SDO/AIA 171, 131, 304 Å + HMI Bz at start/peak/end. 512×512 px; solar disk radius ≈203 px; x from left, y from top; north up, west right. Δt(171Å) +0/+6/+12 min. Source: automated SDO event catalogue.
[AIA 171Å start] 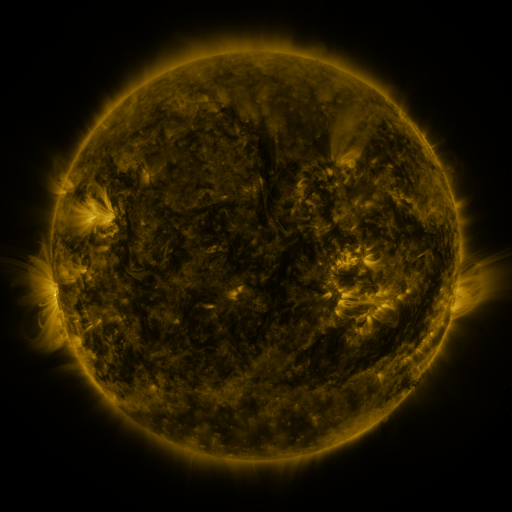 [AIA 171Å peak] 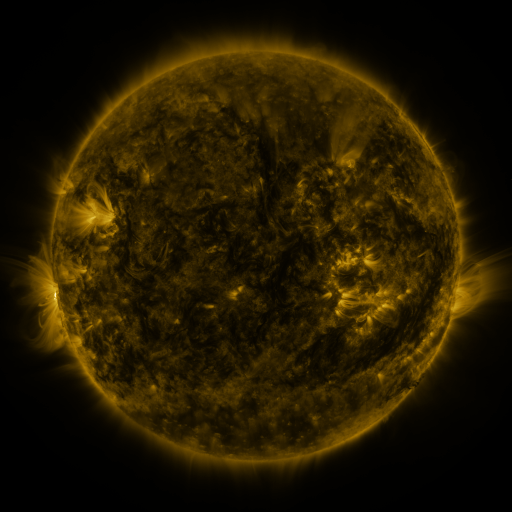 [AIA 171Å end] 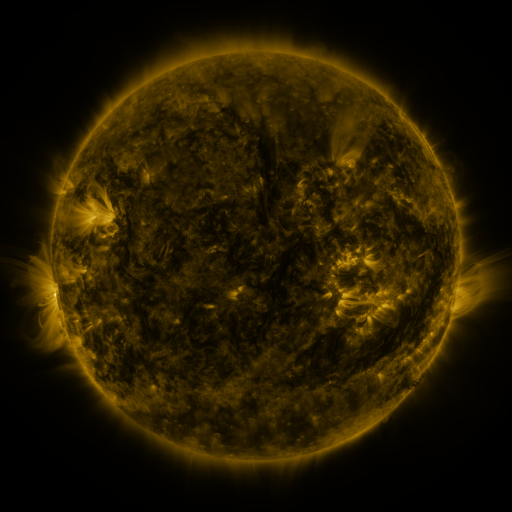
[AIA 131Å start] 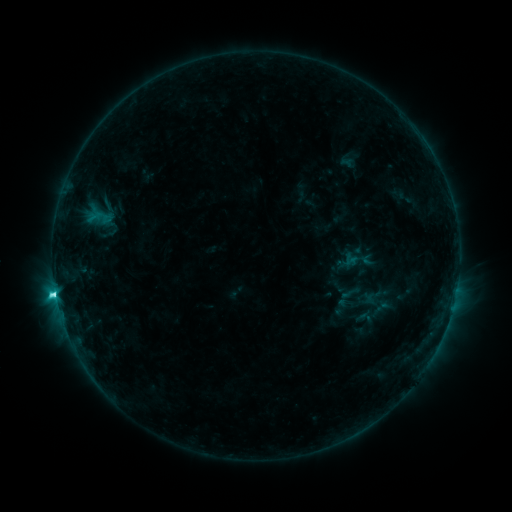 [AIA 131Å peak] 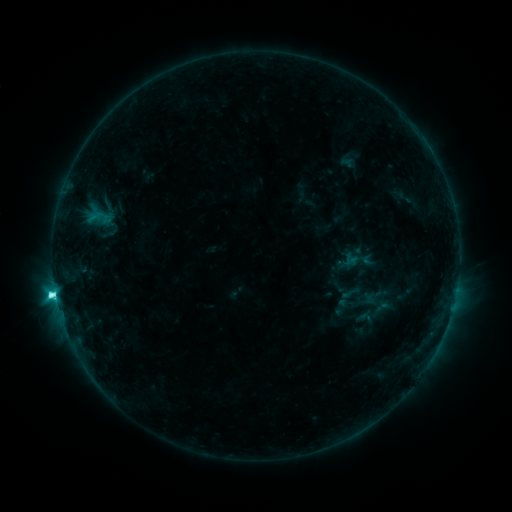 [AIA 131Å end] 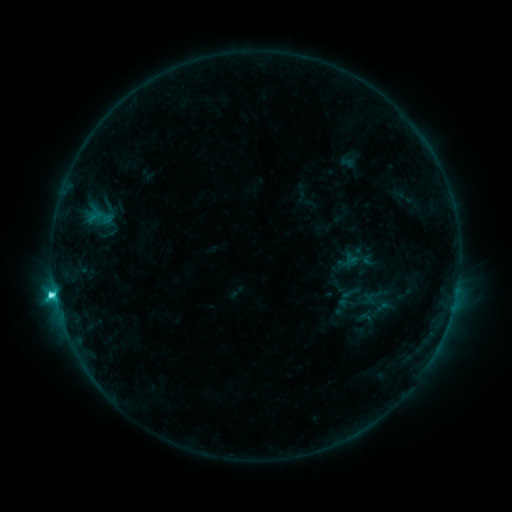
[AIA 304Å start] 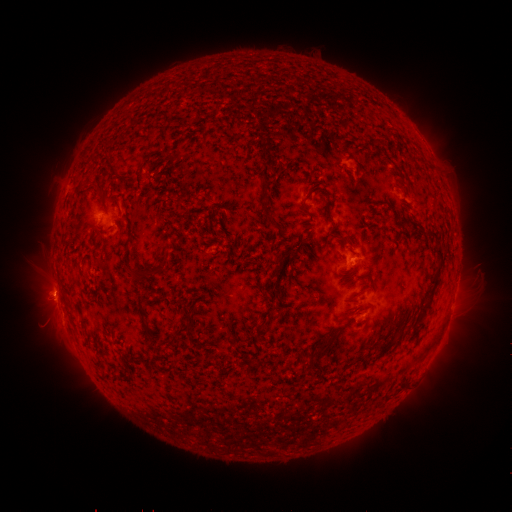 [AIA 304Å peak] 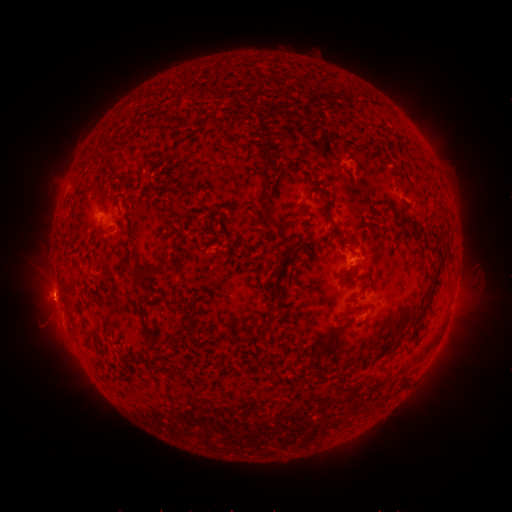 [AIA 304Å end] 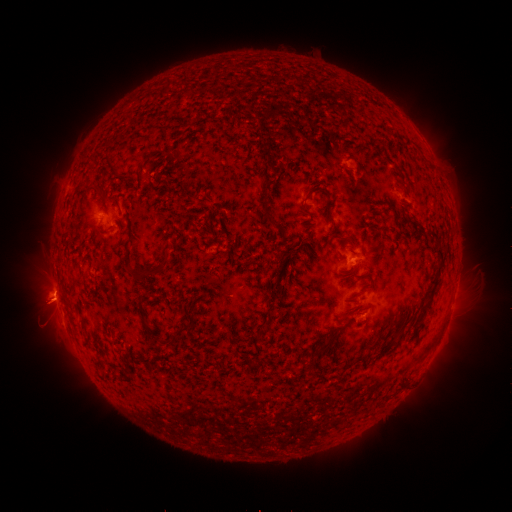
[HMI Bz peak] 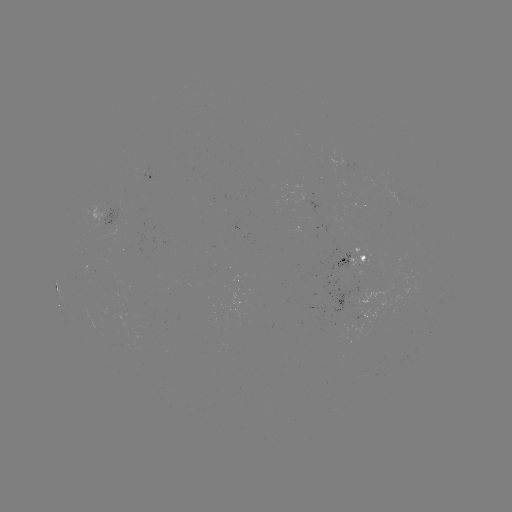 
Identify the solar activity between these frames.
eruption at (46, 307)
